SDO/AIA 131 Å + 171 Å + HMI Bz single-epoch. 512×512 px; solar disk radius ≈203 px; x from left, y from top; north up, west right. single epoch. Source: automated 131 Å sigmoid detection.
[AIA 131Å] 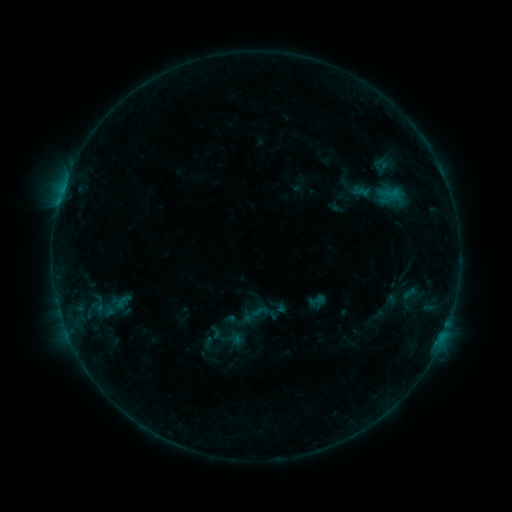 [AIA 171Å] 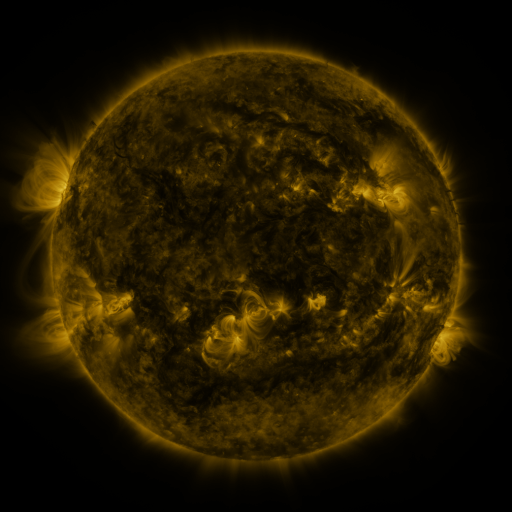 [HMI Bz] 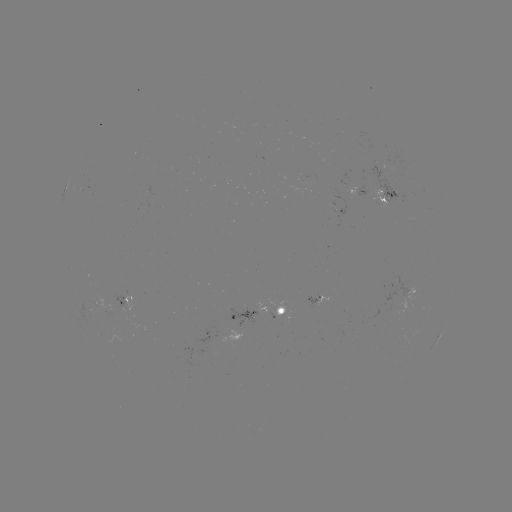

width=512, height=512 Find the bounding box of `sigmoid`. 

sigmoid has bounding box [307, 291, 325, 309].